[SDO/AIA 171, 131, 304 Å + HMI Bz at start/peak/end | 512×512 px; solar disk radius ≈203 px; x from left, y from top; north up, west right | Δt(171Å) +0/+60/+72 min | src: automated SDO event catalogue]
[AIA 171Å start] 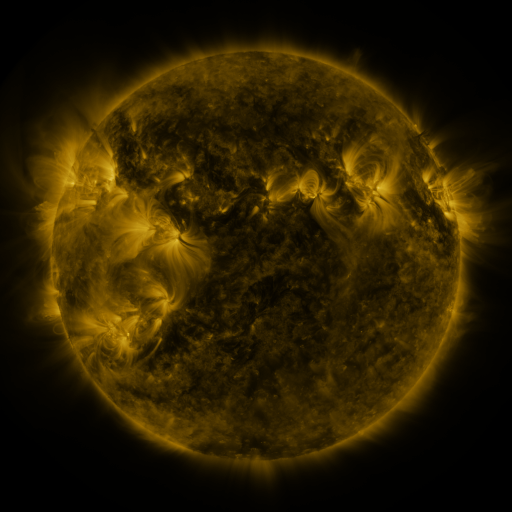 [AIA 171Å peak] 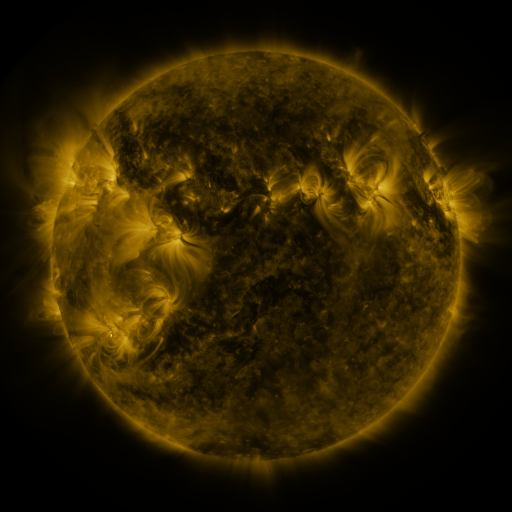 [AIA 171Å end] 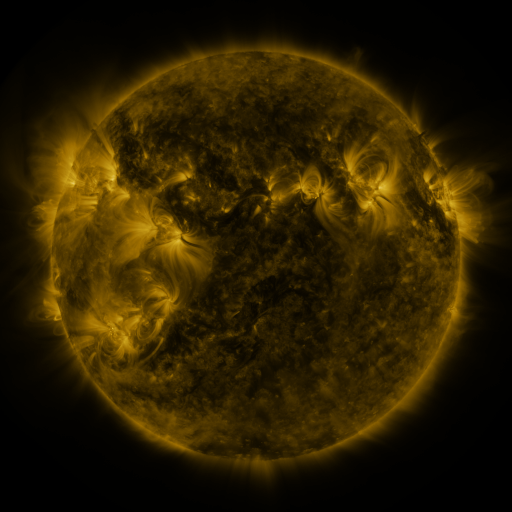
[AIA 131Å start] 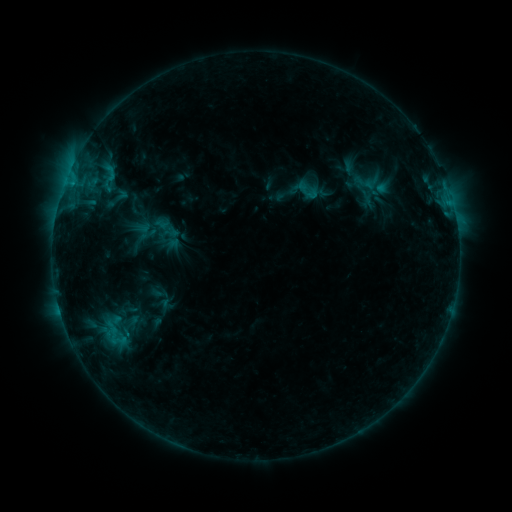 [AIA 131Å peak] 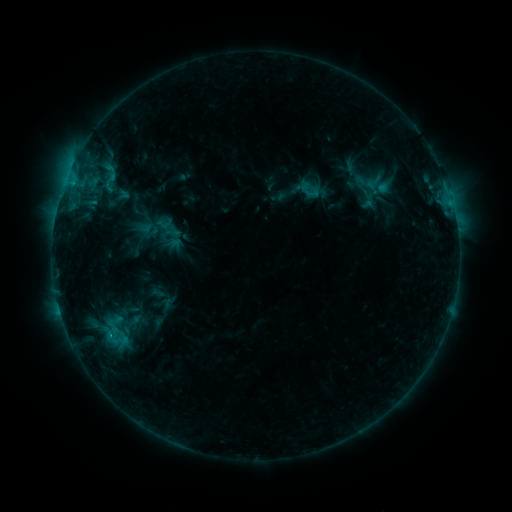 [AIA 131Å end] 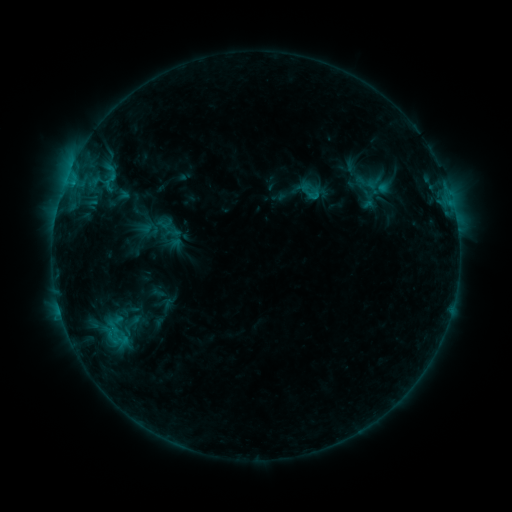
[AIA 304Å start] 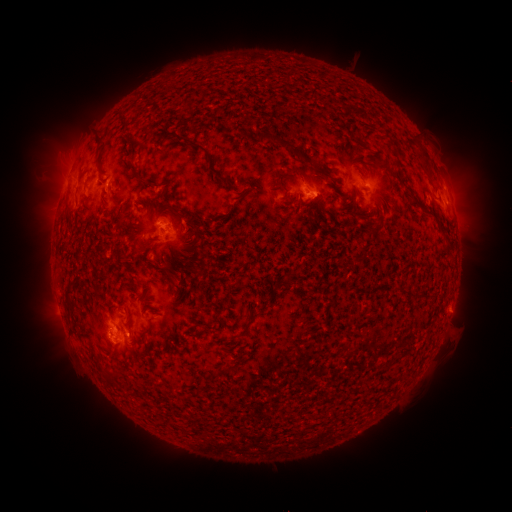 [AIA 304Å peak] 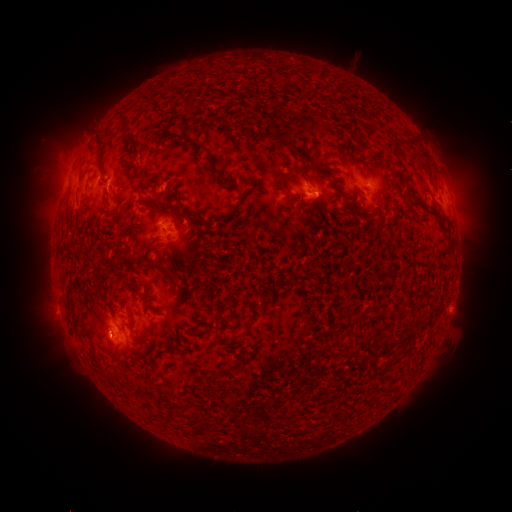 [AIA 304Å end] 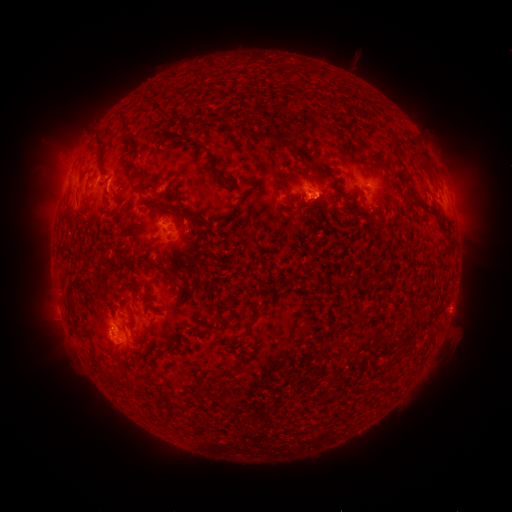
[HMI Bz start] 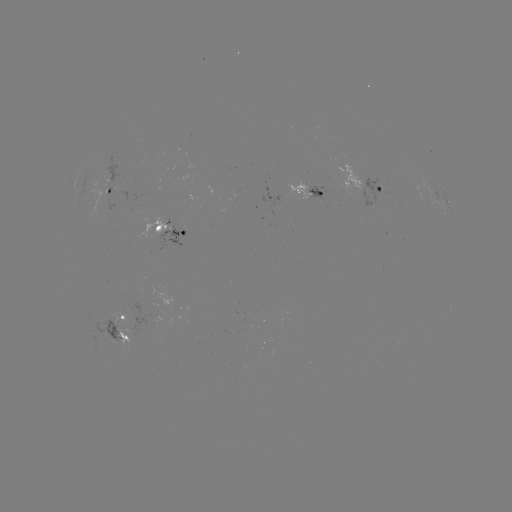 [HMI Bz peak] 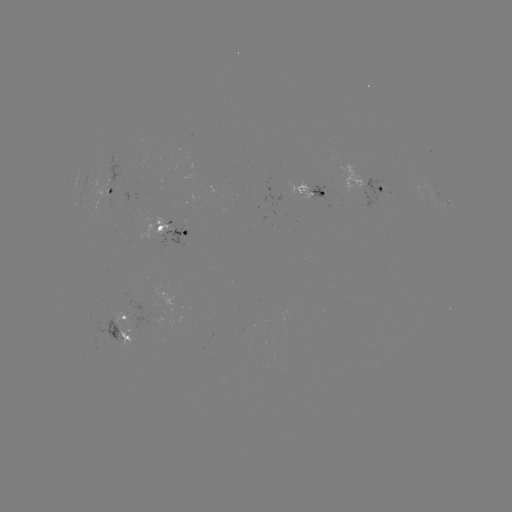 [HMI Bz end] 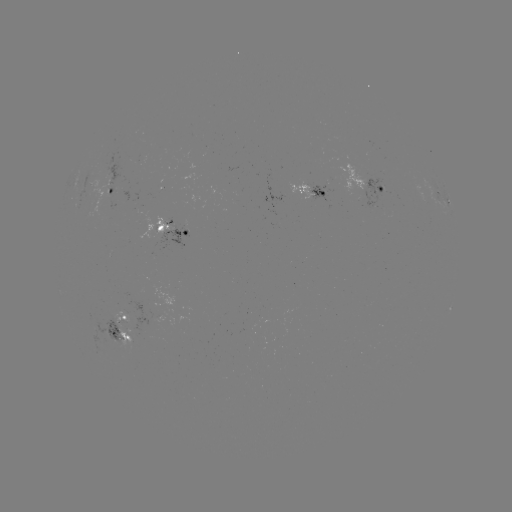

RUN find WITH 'emerging-flux region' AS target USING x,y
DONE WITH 379,189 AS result